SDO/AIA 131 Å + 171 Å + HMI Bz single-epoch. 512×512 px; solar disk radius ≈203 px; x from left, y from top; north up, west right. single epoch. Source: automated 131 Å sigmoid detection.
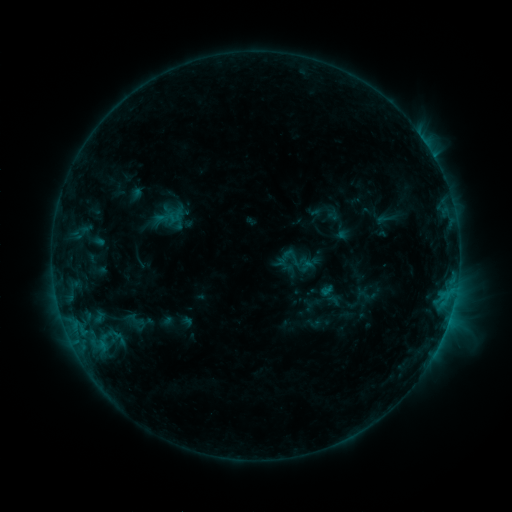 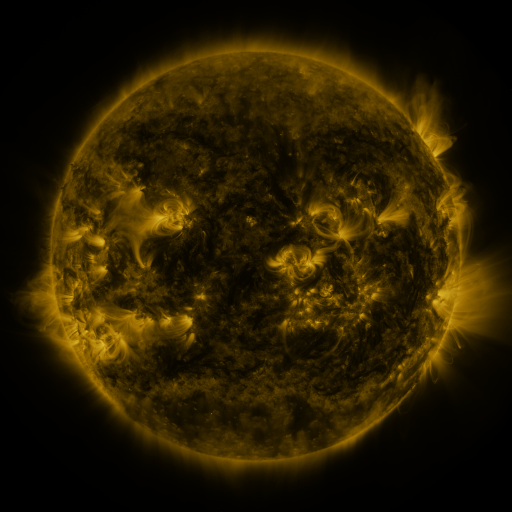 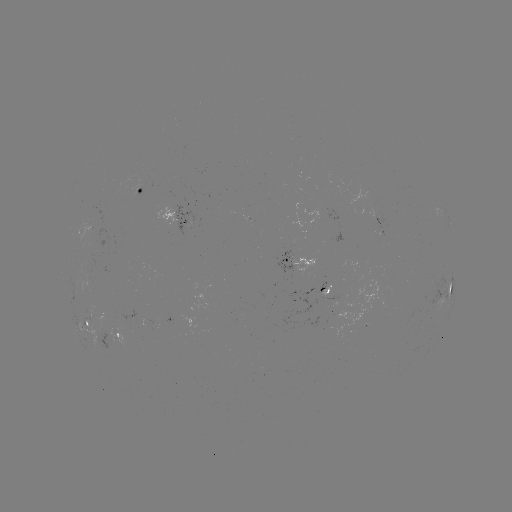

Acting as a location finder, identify sigmoid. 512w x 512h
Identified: (294, 258).